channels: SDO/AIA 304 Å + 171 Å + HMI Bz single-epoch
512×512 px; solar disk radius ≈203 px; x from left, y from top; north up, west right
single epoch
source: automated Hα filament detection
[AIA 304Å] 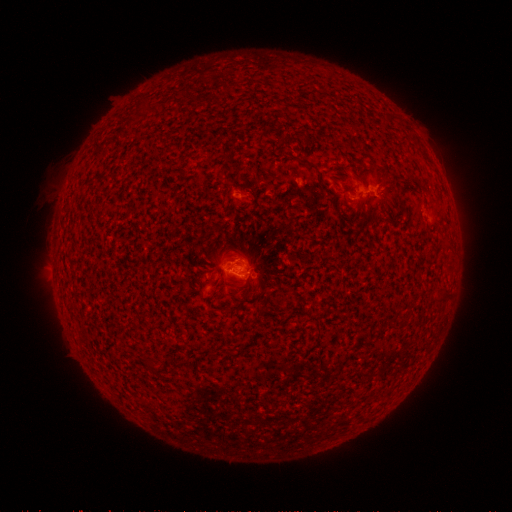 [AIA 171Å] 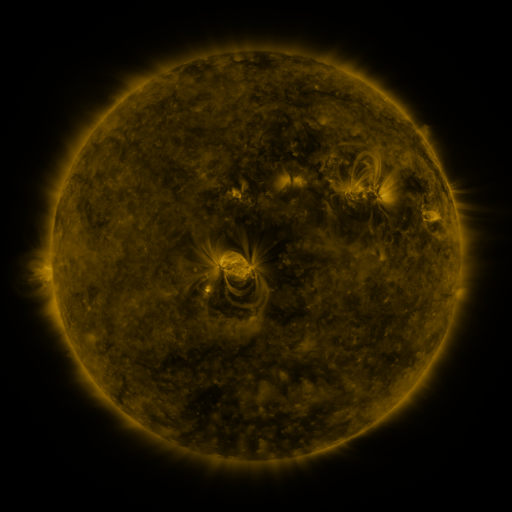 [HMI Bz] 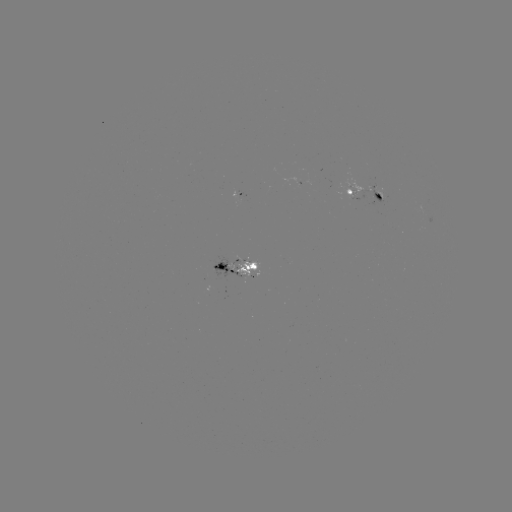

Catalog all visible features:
filament: (260, 137)
filament: (445, 294)
